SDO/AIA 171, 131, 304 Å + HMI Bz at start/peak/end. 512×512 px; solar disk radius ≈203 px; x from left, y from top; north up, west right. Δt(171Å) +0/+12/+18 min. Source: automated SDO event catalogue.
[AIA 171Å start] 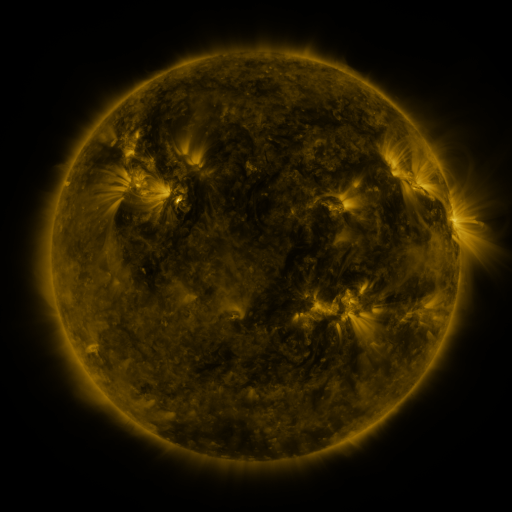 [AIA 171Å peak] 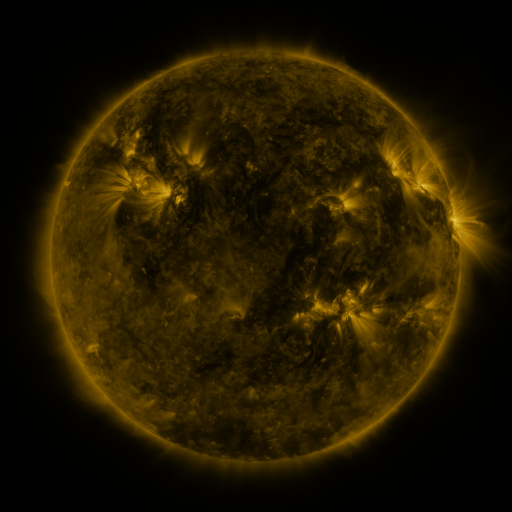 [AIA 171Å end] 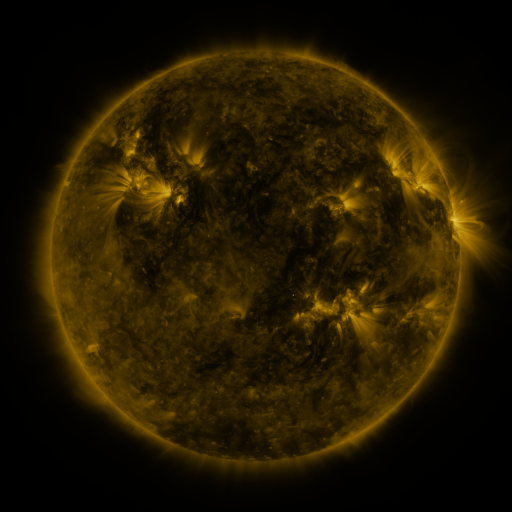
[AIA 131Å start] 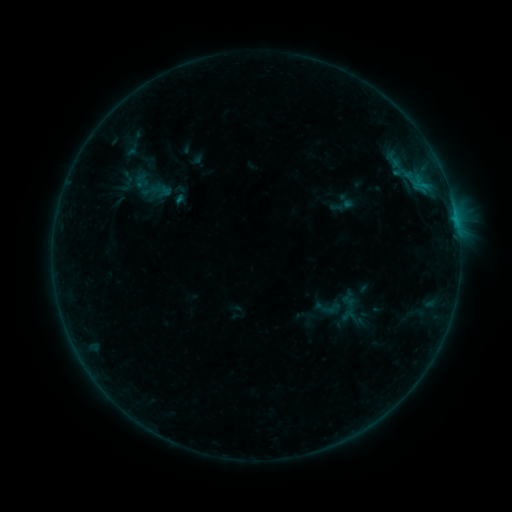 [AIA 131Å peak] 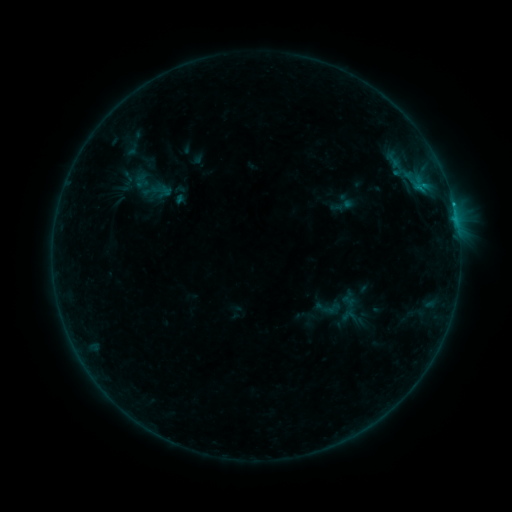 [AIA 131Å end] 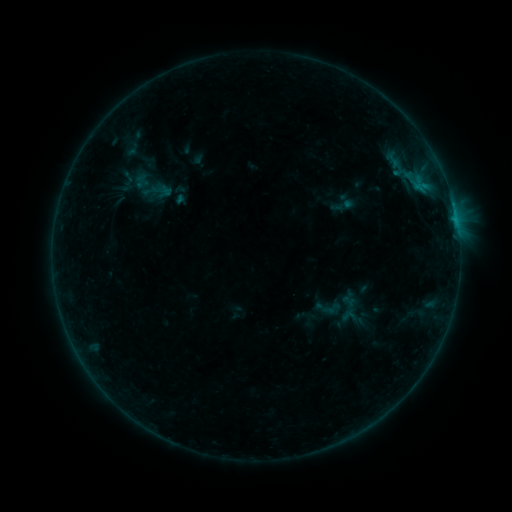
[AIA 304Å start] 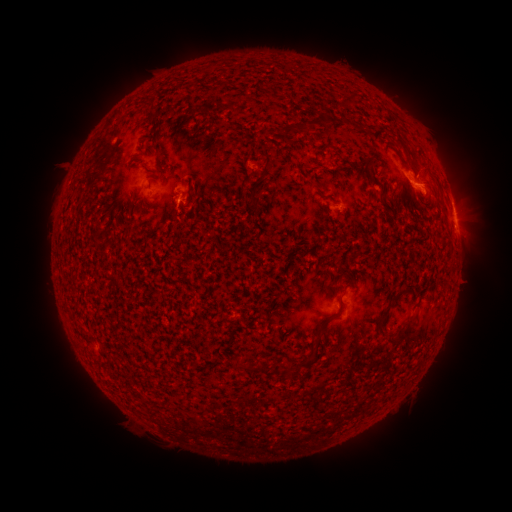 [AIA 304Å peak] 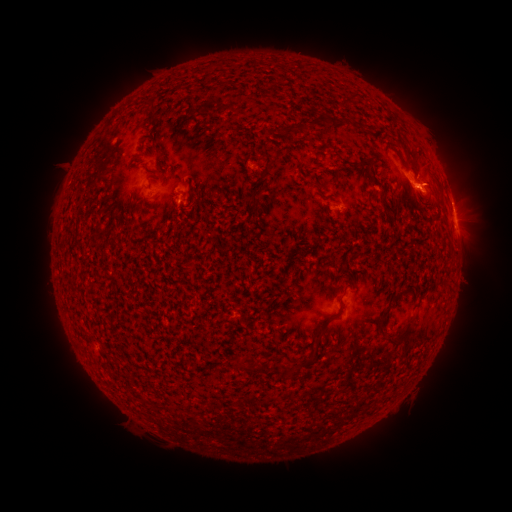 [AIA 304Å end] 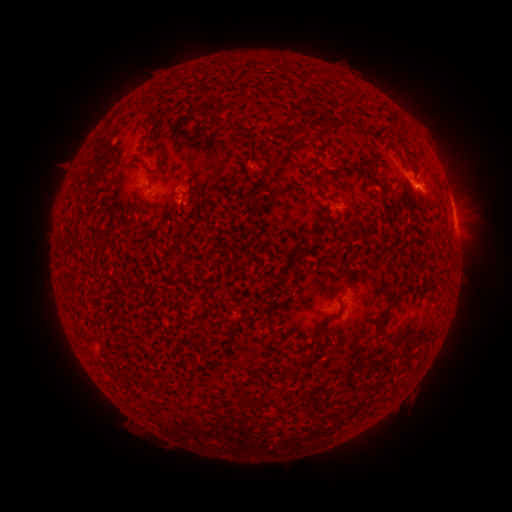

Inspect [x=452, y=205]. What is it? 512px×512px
B6.9 flare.